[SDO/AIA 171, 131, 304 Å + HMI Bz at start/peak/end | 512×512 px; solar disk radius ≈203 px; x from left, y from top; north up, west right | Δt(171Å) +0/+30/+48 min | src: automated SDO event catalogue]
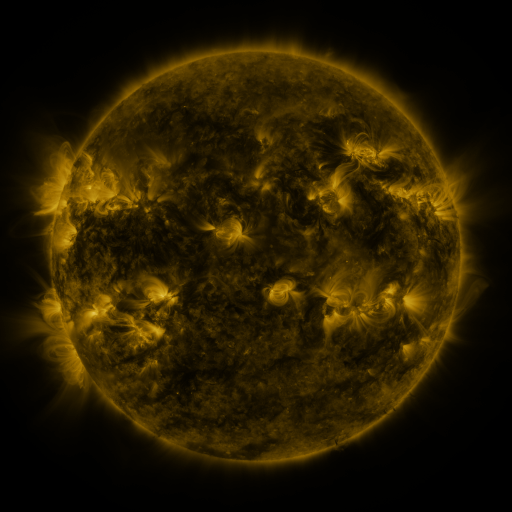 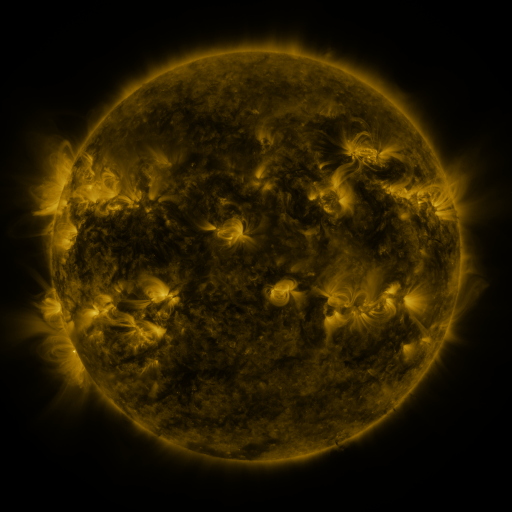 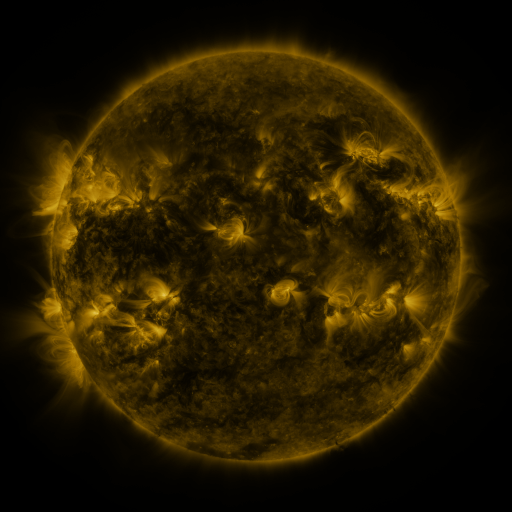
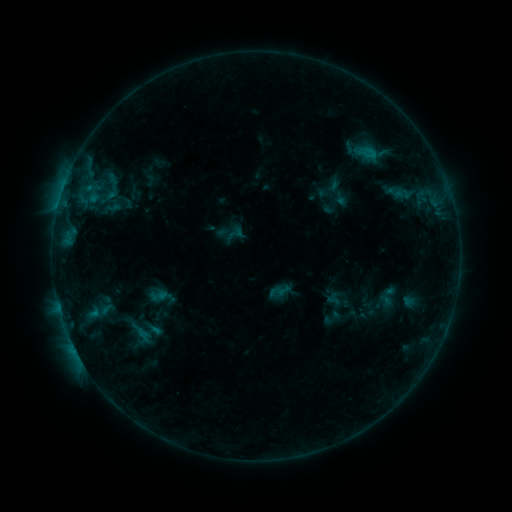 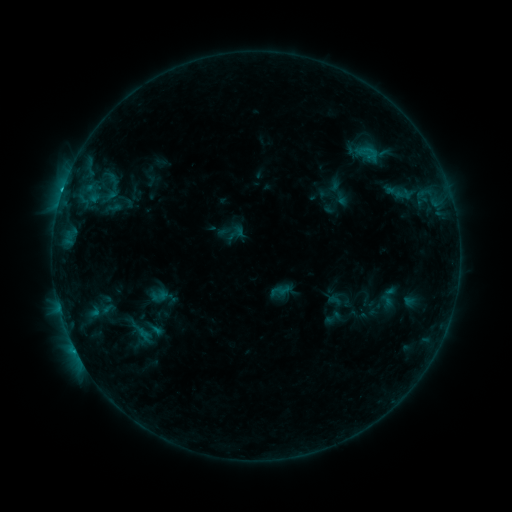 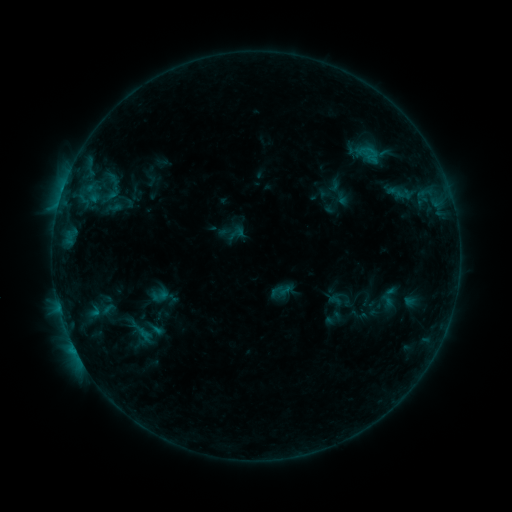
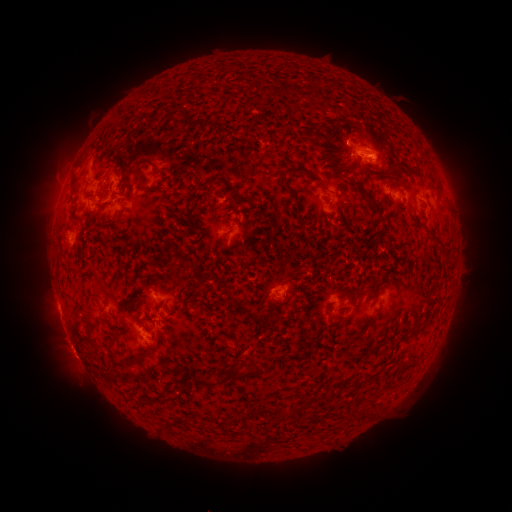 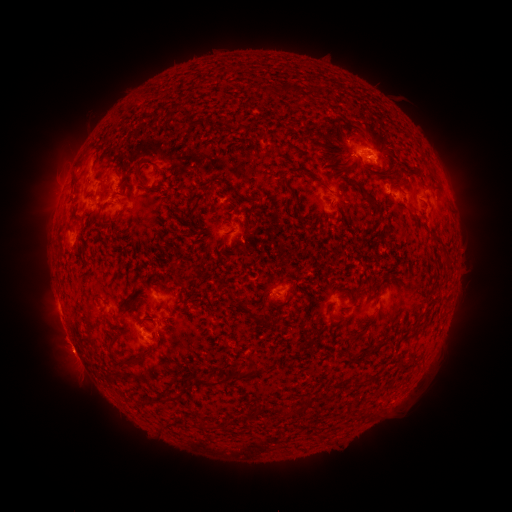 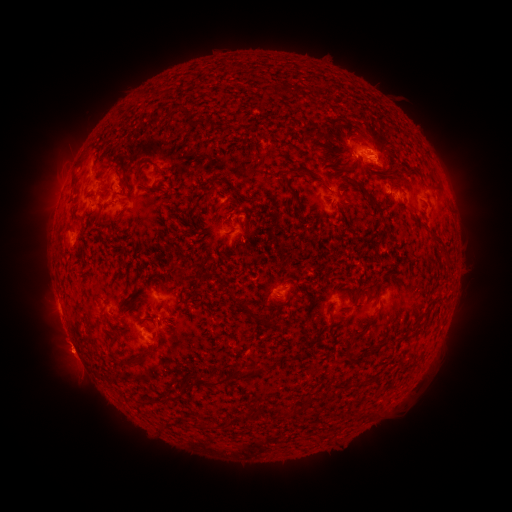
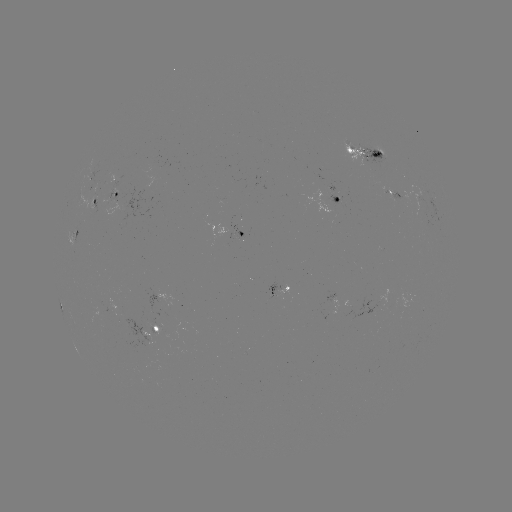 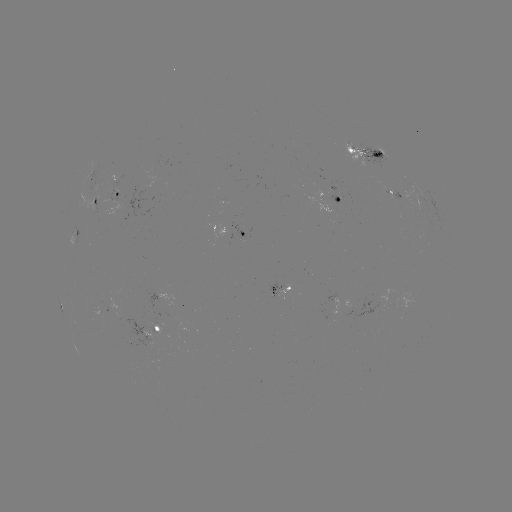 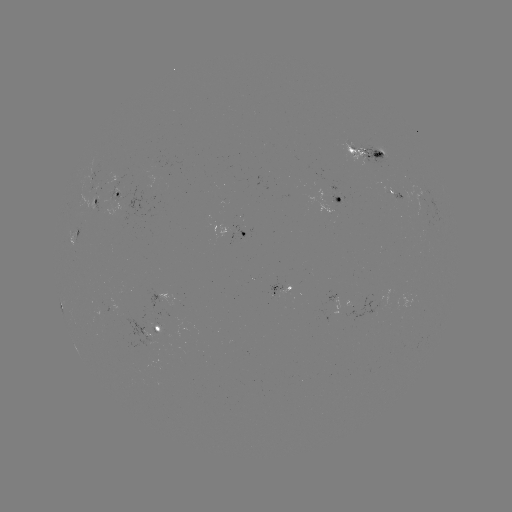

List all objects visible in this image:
C1.1 flare: (62, 192)
